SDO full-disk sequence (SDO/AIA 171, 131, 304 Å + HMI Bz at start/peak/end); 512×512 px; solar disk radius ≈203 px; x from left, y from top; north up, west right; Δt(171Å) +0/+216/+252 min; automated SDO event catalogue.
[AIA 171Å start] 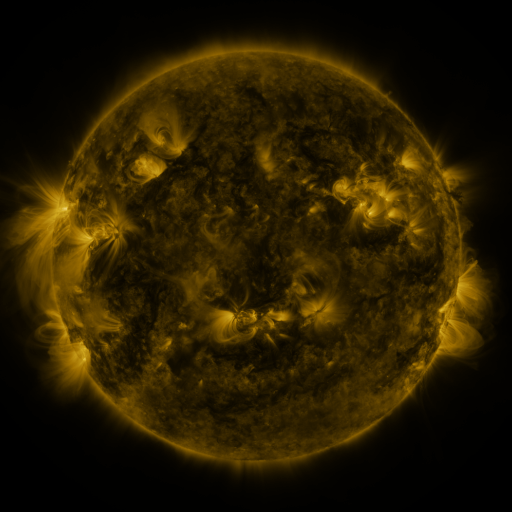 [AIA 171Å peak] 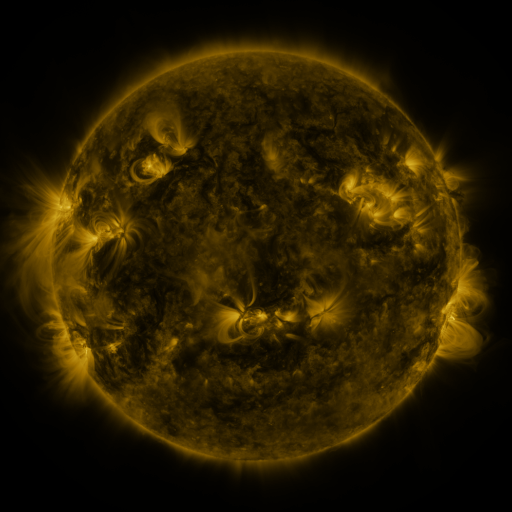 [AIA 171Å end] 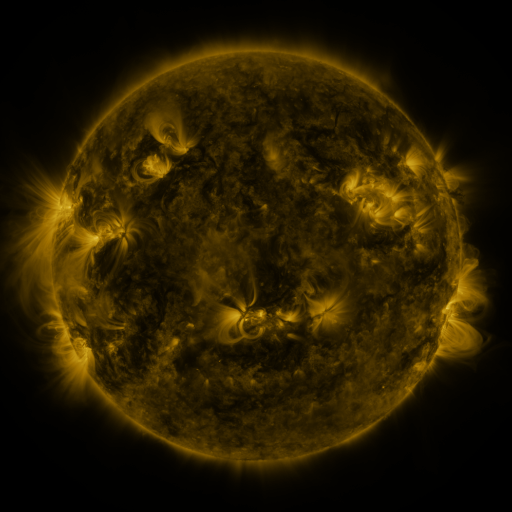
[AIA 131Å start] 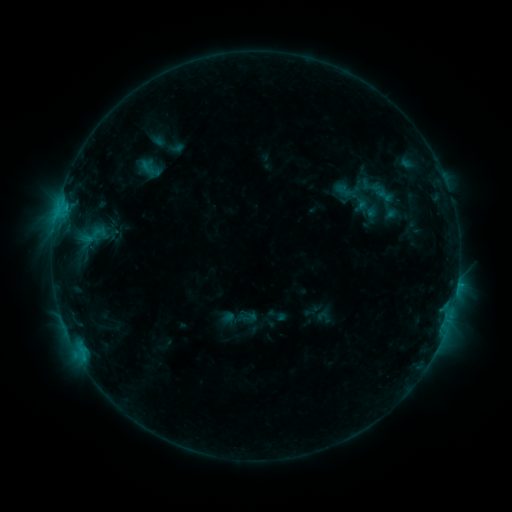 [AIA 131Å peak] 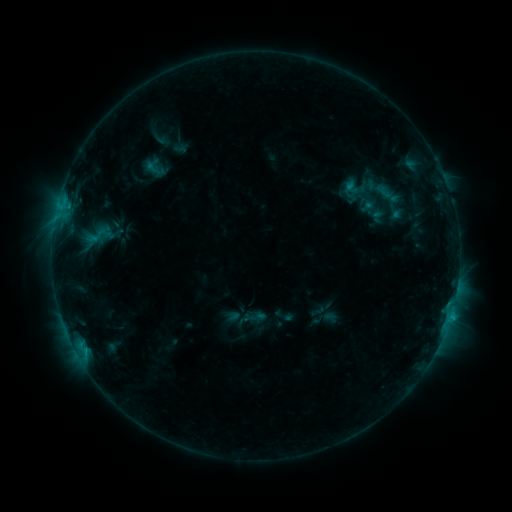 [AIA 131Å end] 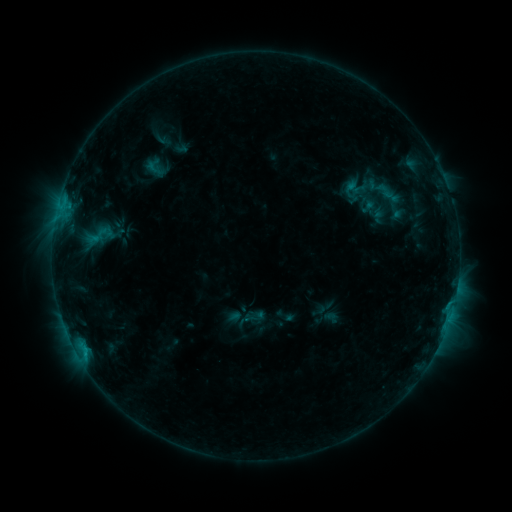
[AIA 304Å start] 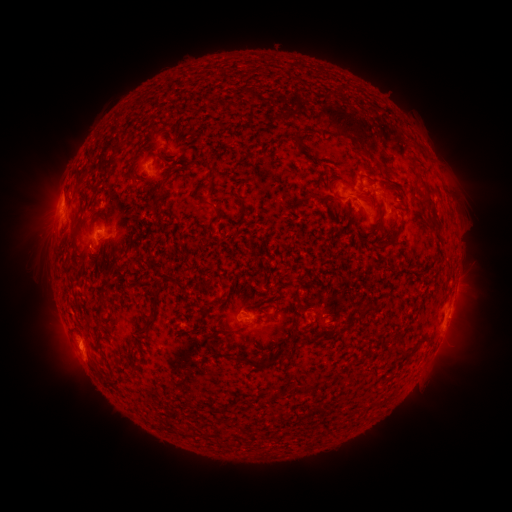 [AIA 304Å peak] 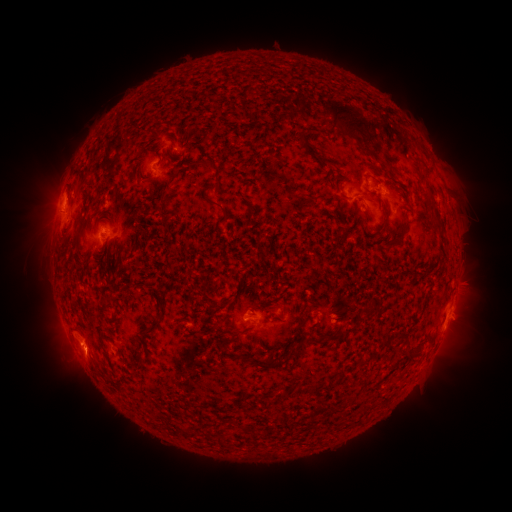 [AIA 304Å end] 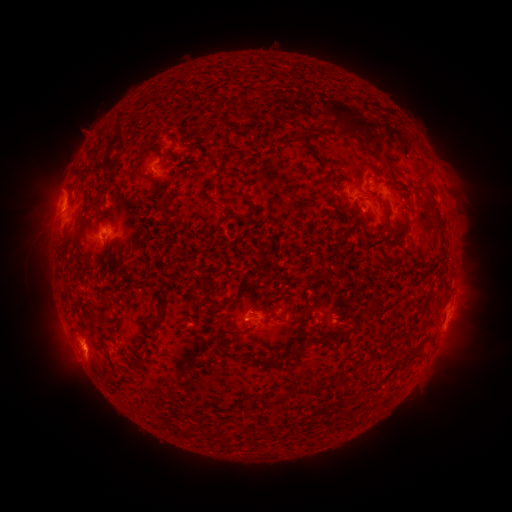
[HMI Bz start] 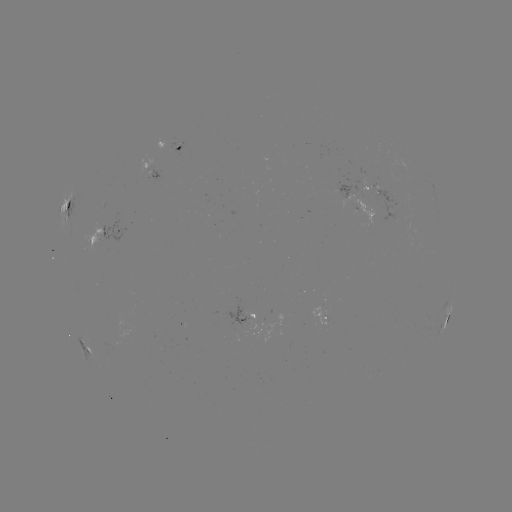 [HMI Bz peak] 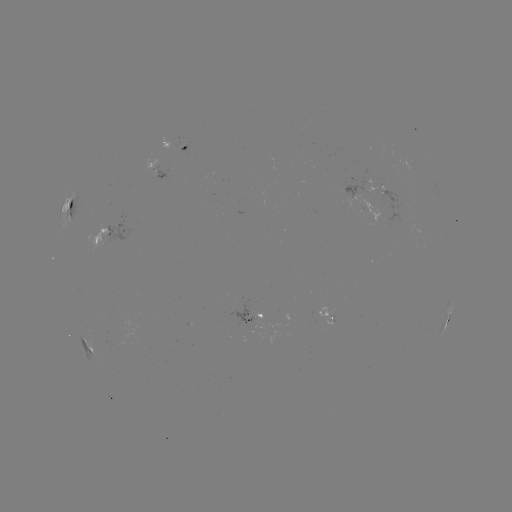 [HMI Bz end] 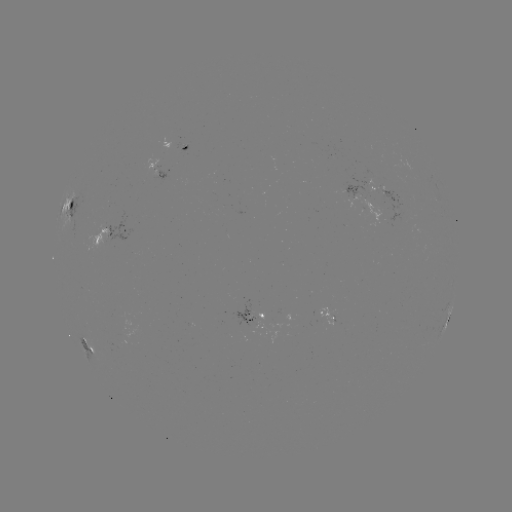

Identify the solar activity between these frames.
emerging-flux region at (304, 182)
